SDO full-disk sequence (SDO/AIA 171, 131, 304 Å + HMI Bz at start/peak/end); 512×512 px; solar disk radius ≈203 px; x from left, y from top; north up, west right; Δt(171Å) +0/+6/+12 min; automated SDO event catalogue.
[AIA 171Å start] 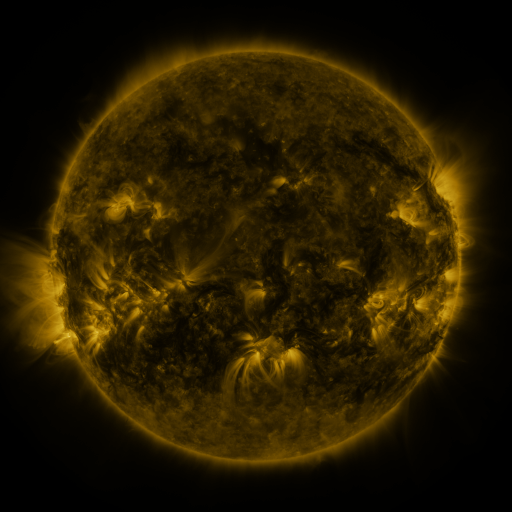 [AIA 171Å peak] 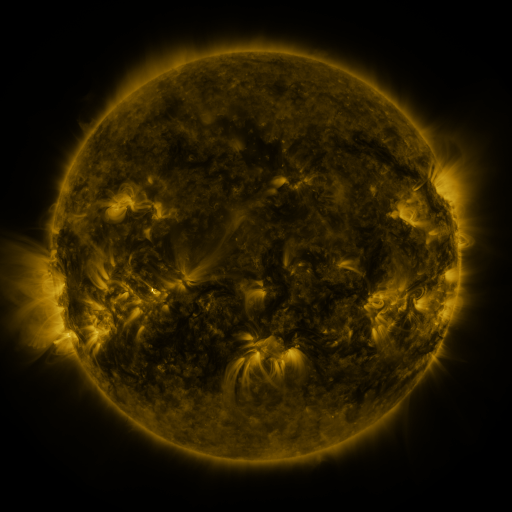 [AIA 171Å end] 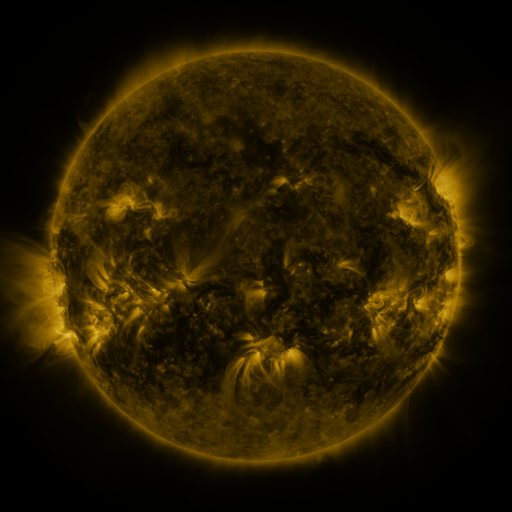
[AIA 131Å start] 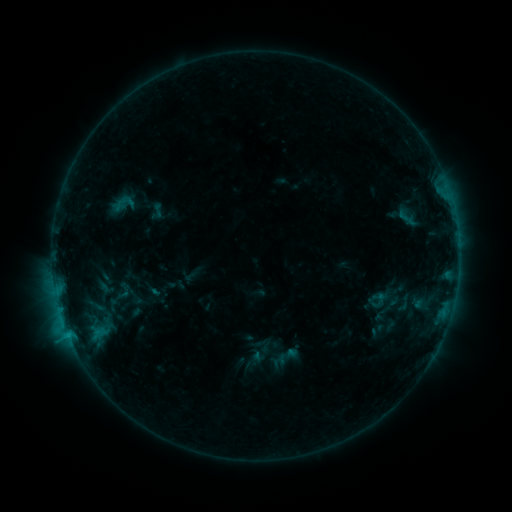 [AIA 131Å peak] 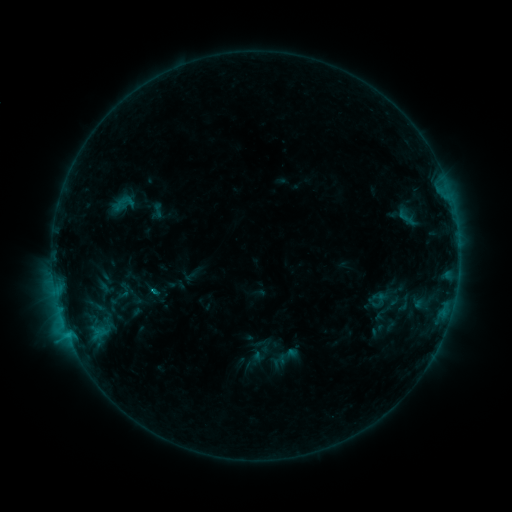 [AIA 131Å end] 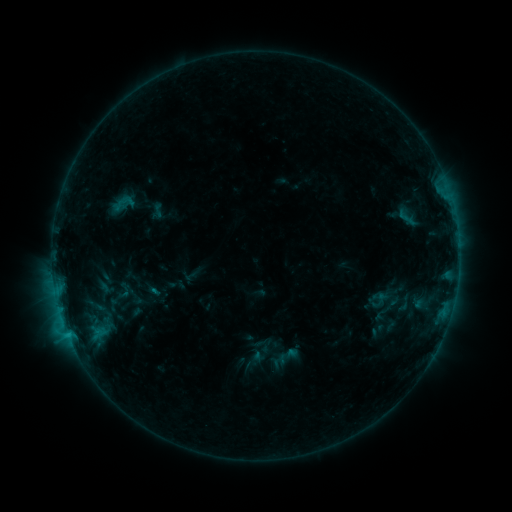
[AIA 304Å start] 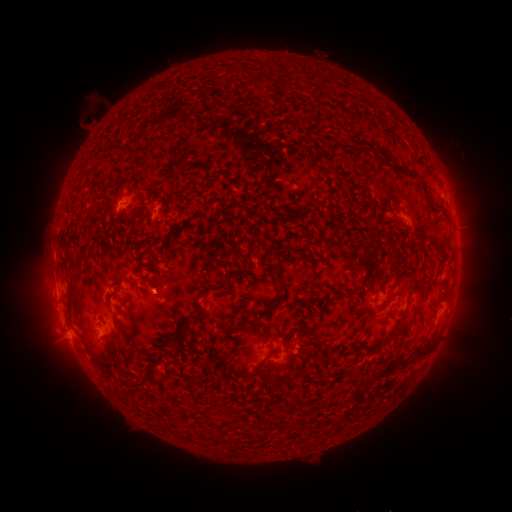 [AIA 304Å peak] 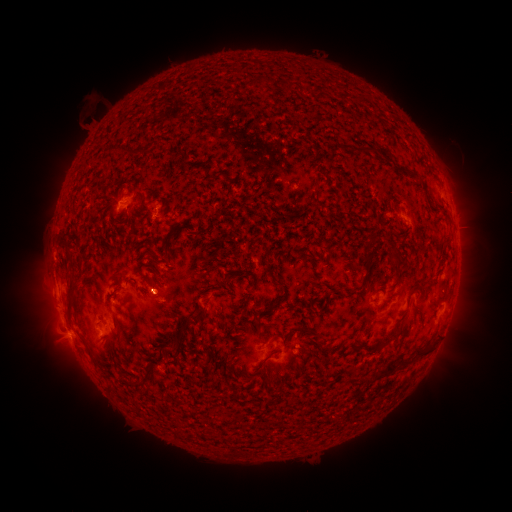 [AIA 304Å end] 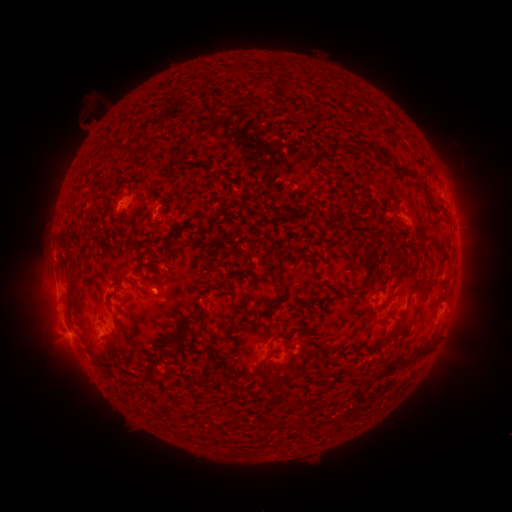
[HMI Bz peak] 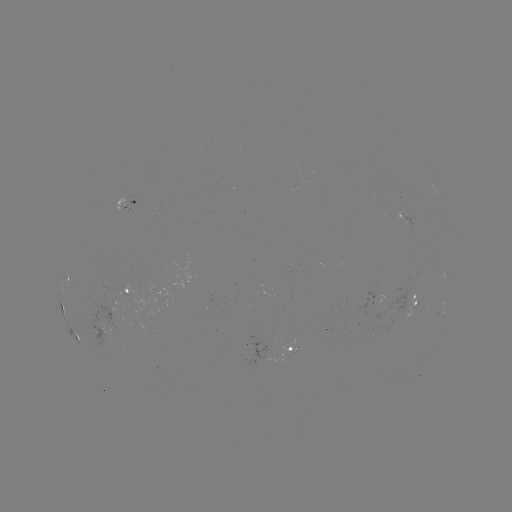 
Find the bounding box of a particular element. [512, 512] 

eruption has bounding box [131, 271, 182, 322].